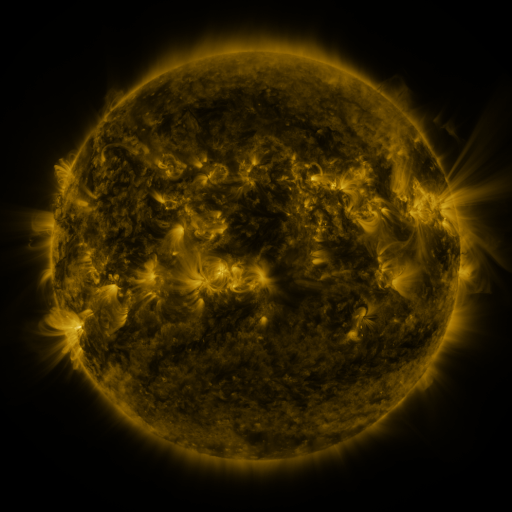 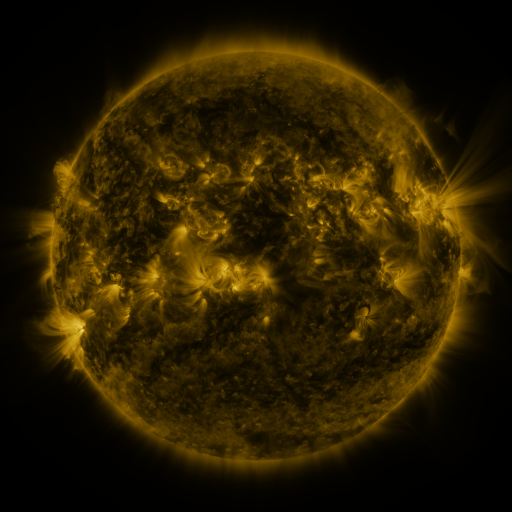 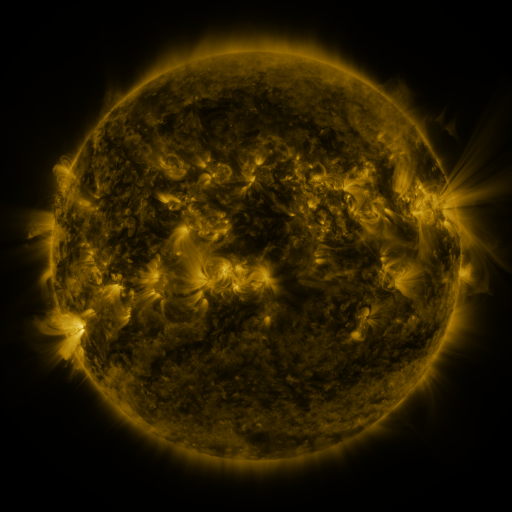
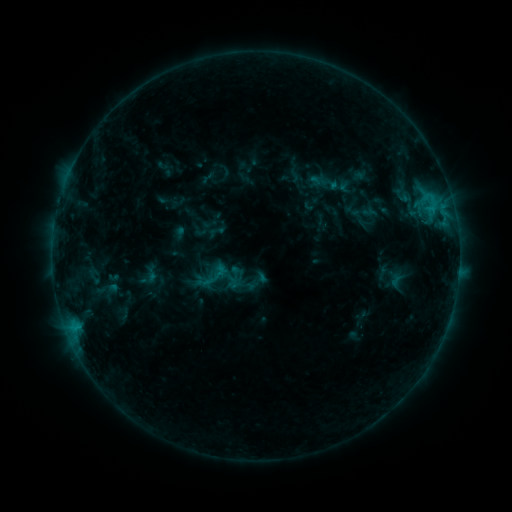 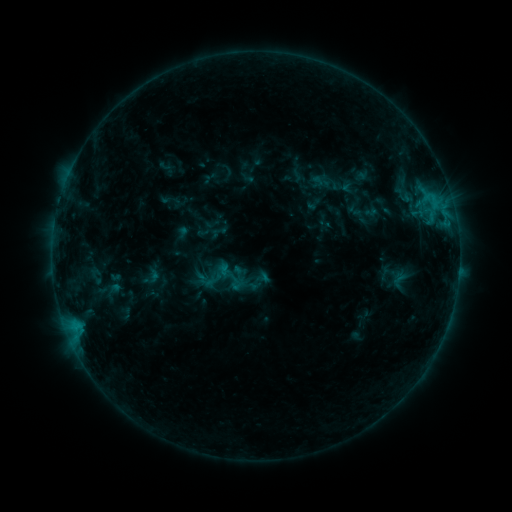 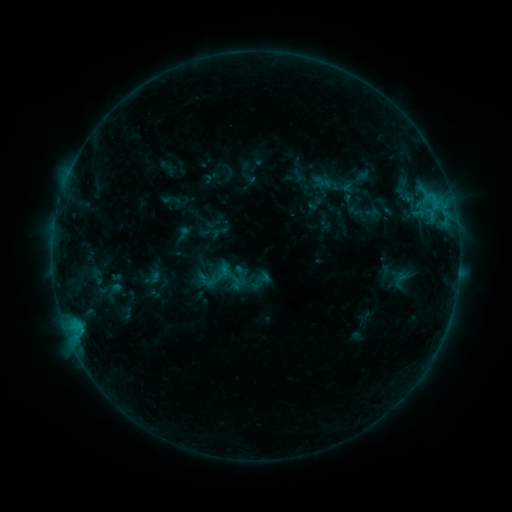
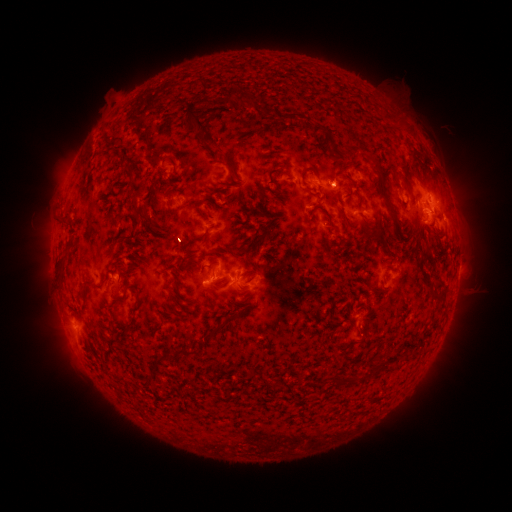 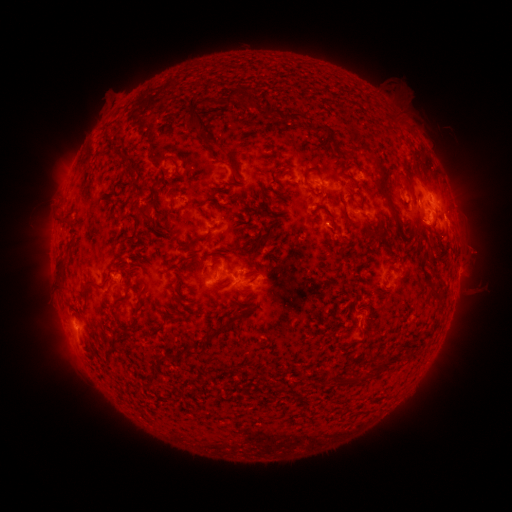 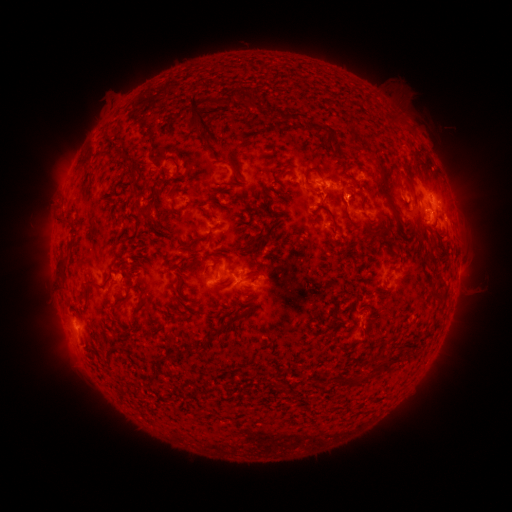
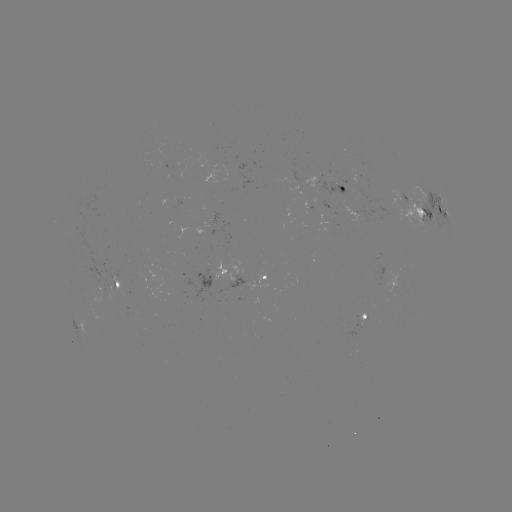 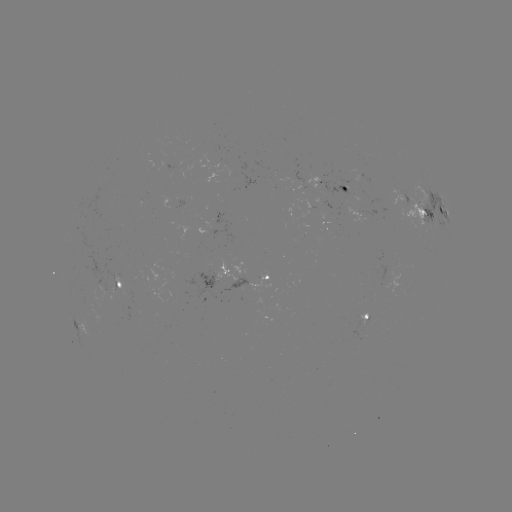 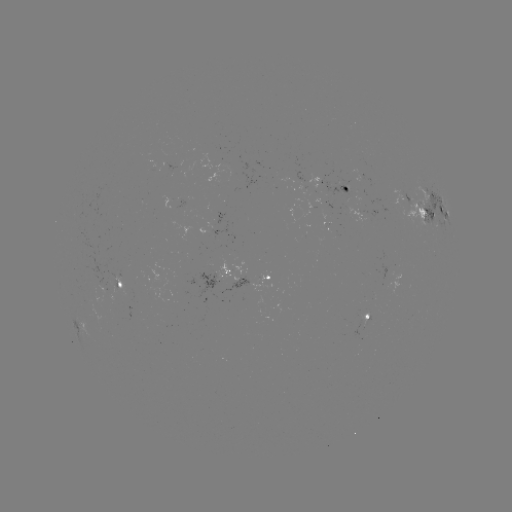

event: emerging-flux region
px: (361, 316)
